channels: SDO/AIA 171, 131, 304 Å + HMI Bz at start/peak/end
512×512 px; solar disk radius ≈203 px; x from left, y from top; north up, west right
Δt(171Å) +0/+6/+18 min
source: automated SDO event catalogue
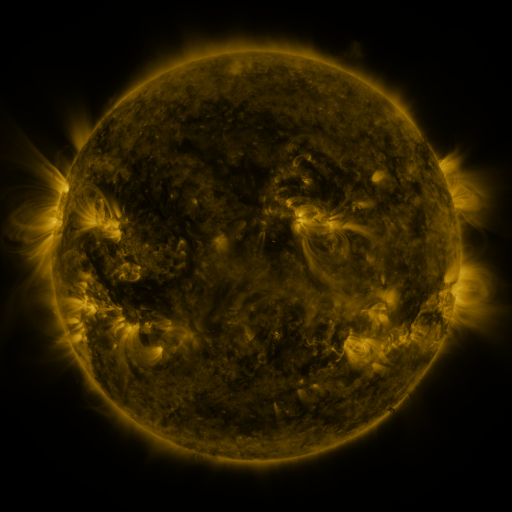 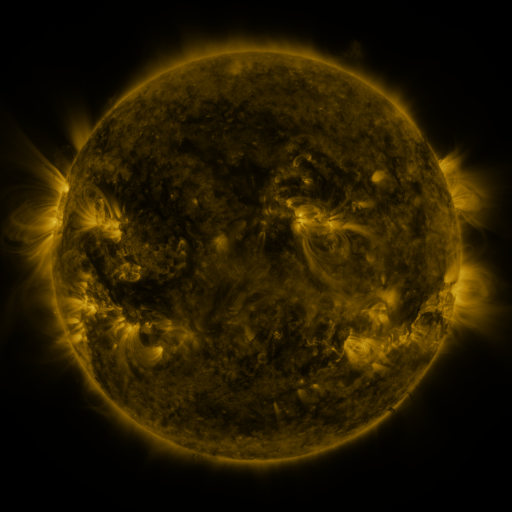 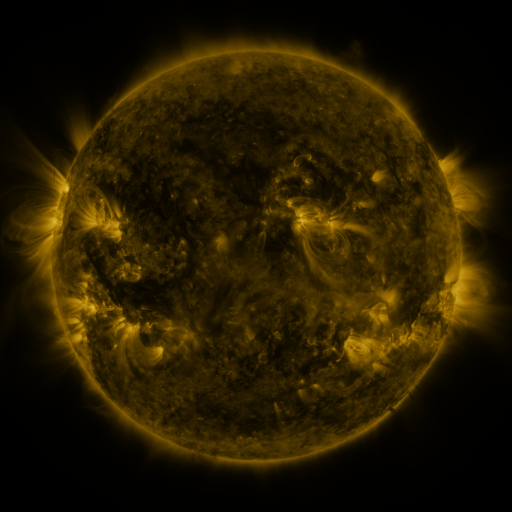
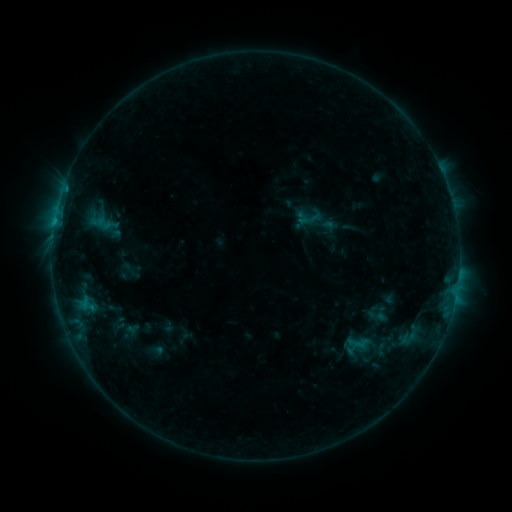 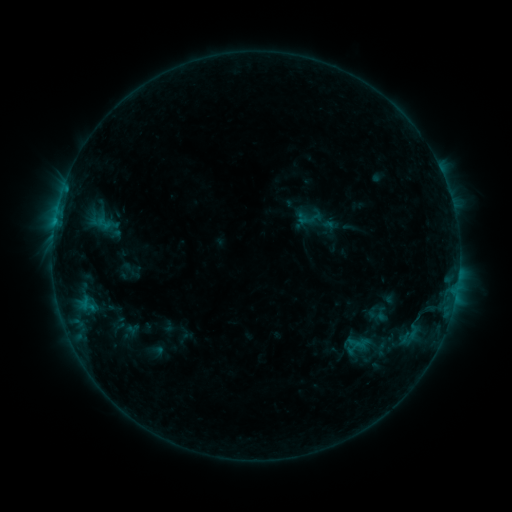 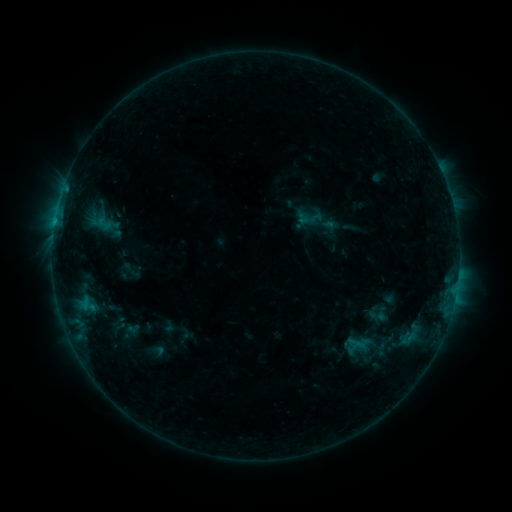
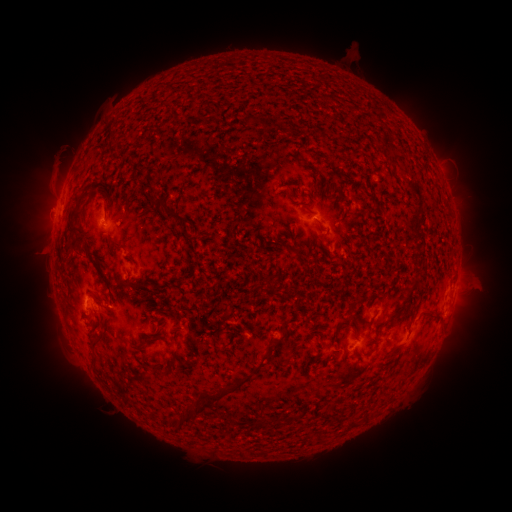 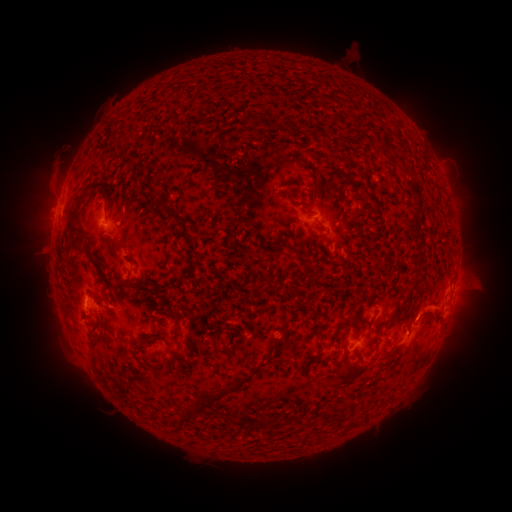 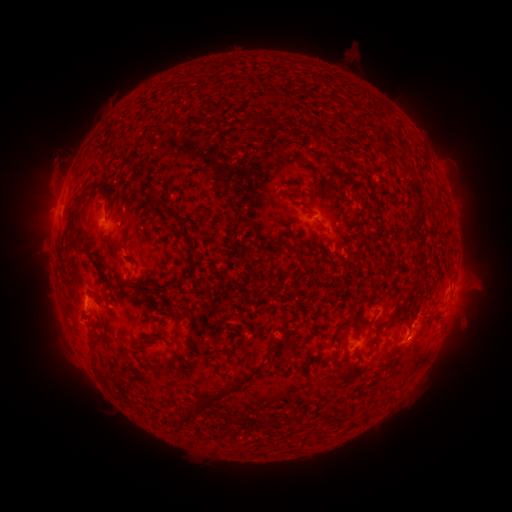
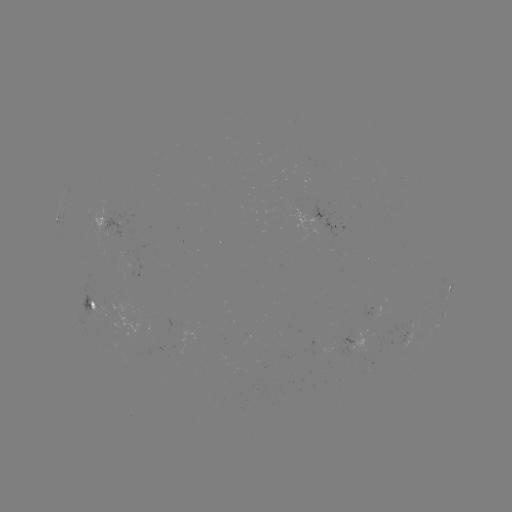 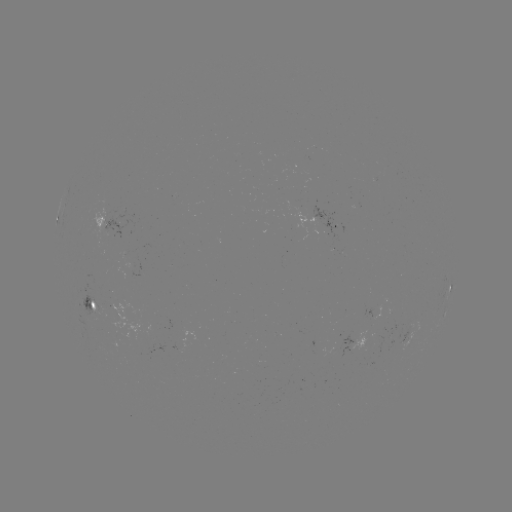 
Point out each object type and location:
eruption: (435, 313)
